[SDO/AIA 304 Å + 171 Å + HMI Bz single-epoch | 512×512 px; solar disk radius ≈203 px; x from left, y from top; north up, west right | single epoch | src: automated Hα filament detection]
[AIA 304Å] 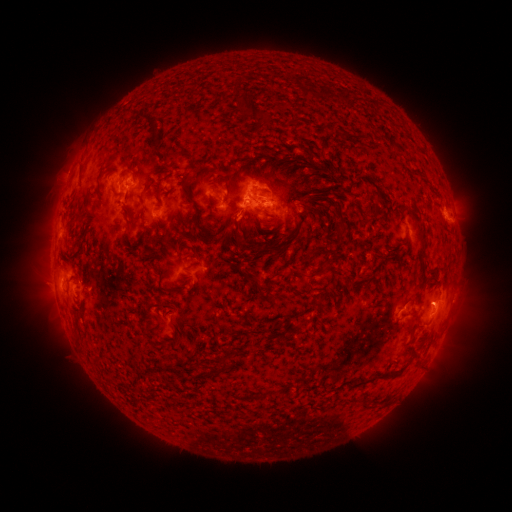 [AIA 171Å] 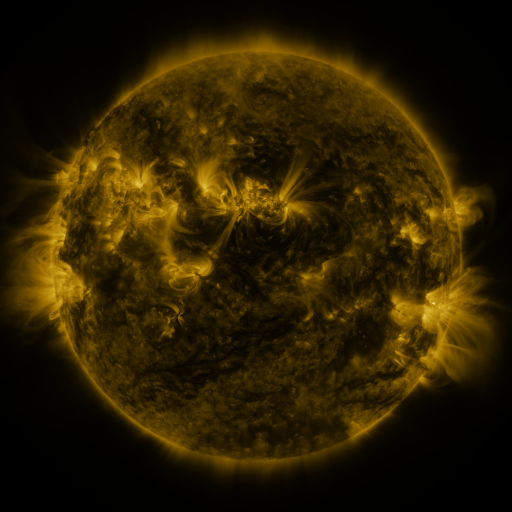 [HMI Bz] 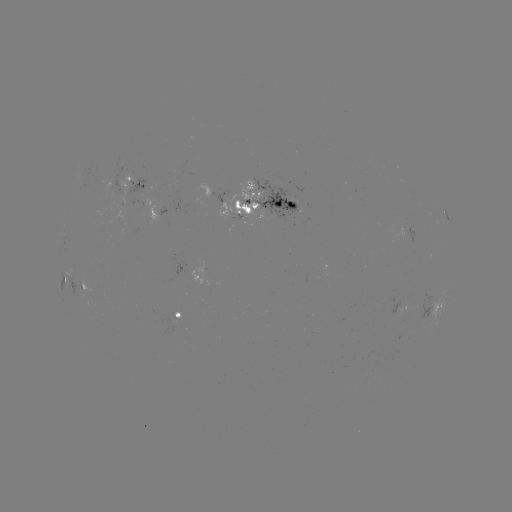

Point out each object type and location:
filament: (250, 117, 263, 128)
filament: (288, 117, 297, 125)
filament: (336, 131, 361, 139)
filament: (163, 149, 180, 163)
filament: (186, 157, 198, 173)
filament: (241, 158, 252, 168)
filament: (76, 165, 82, 183)
filament: (120, 170, 136, 185)
filament: (191, 171, 200, 180)
filament: (223, 174, 232, 196)
filament: (178, 180, 193, 205)
filament: (109, 186, 120, 199)
filament: (248, 187, 259, 193)
filament: (95, 188, 103, 200)
filament: (138, 192, 147, 223)
filament: (284, 195, 308, 217)
filament: (274, 198, 281, 208)
filament: (232, 200, 239, 210)
filament: (193, 214, 212, 237)
filament: (123, 217, 133, 231)
filament: (336, 222, 345, 232)
filament: (233, 233, 248, 246)
filament: (417, 234, 427, 256)
filament: (244, 274, 260, 283)
filament: (72, 276, 87, 294)
filament: (270, 290, 286, 302)
filament: (169, 335, 180, 344)
filament: (219, 357, 235, 371)
filament: (350, 370, 392, 387)
